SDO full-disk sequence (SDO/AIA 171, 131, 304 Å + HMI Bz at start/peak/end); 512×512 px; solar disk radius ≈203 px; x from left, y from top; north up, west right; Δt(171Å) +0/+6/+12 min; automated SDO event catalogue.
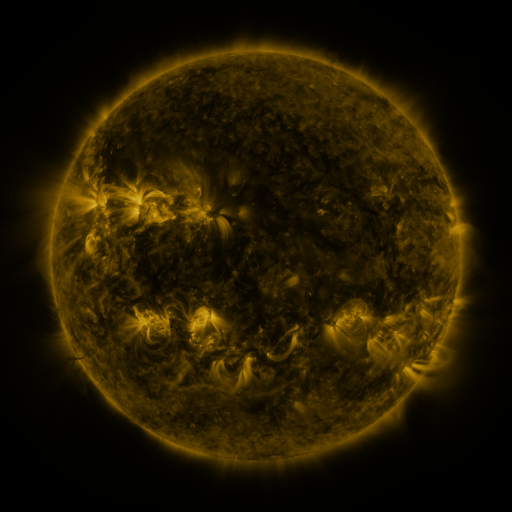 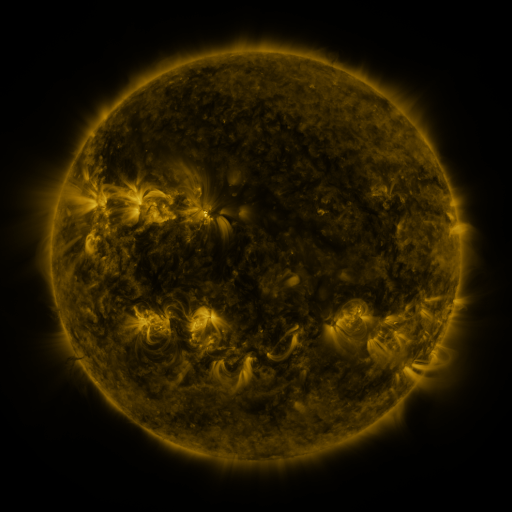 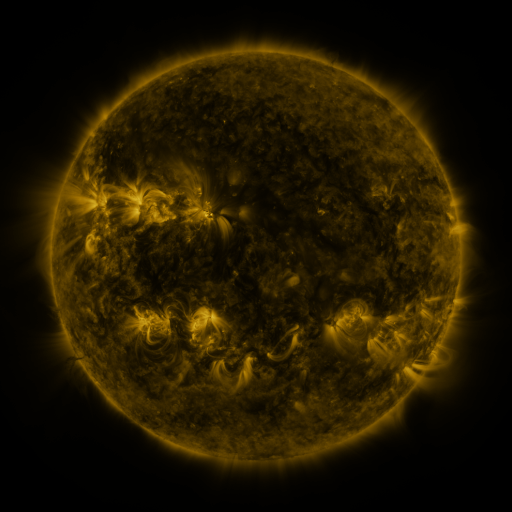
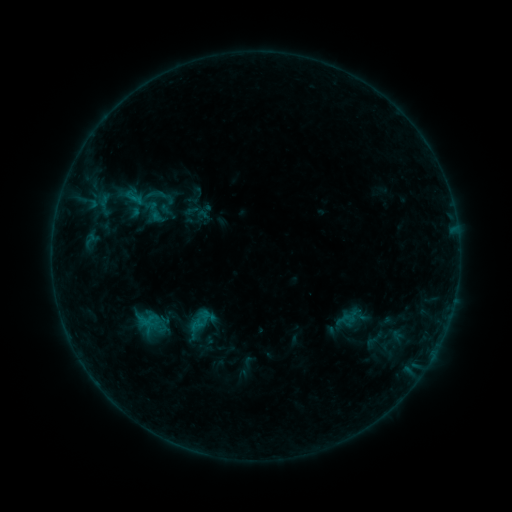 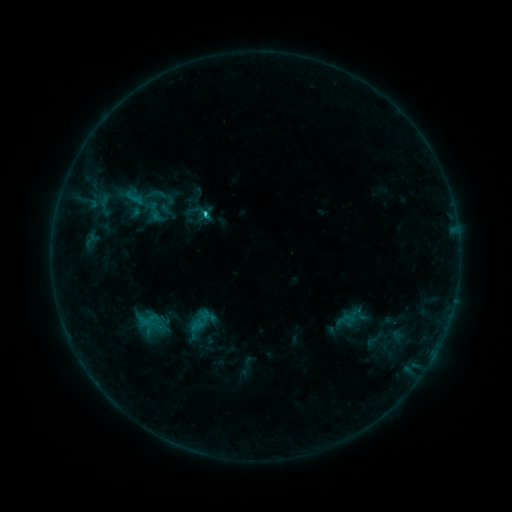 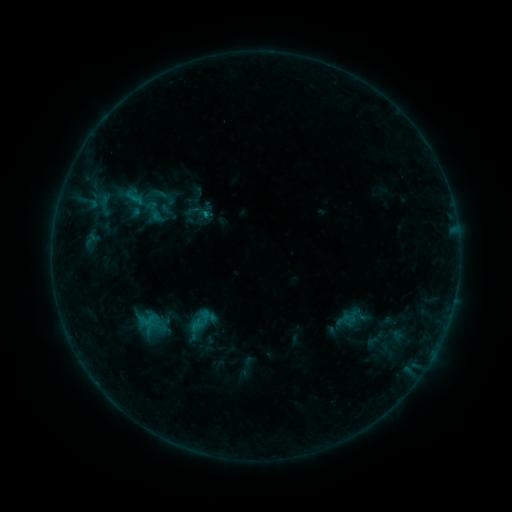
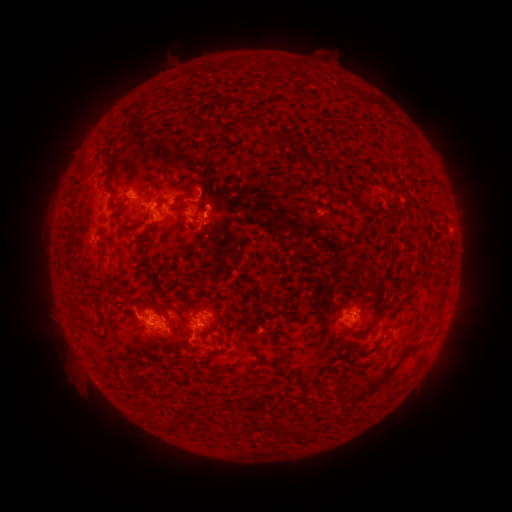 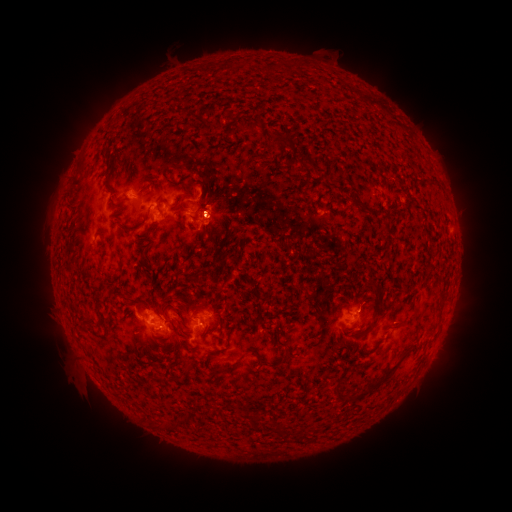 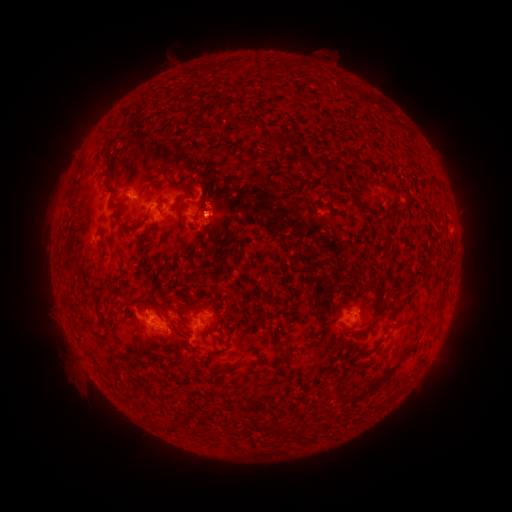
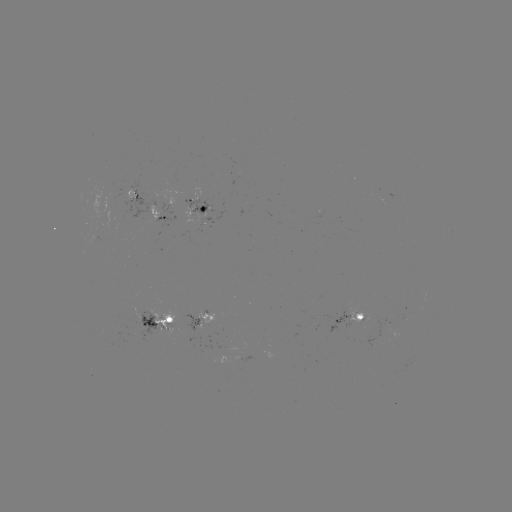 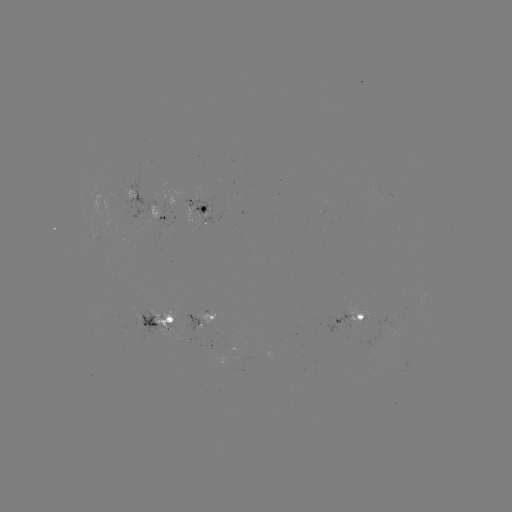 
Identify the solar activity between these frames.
C1.3 flare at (208, 216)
